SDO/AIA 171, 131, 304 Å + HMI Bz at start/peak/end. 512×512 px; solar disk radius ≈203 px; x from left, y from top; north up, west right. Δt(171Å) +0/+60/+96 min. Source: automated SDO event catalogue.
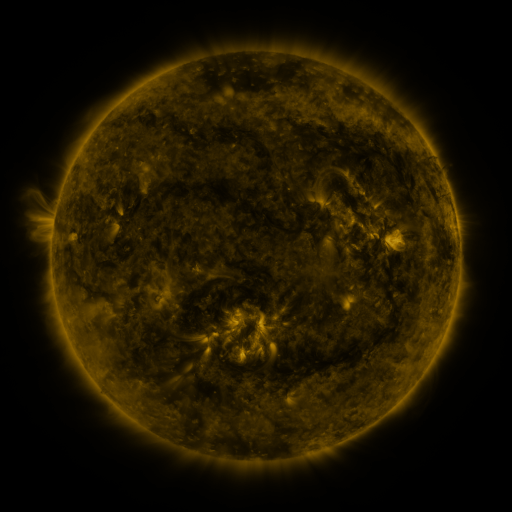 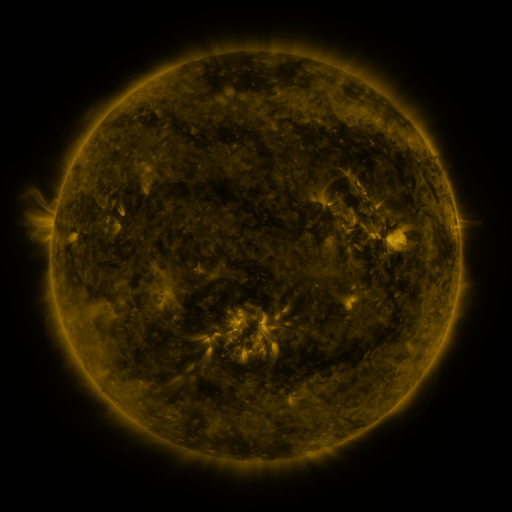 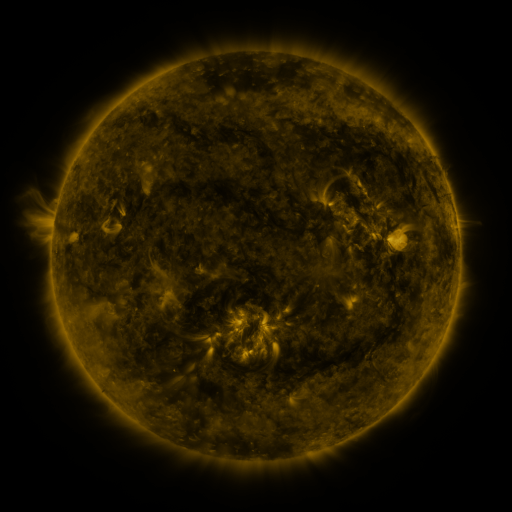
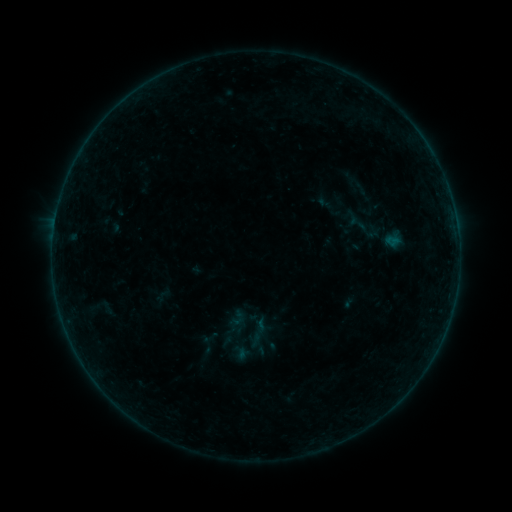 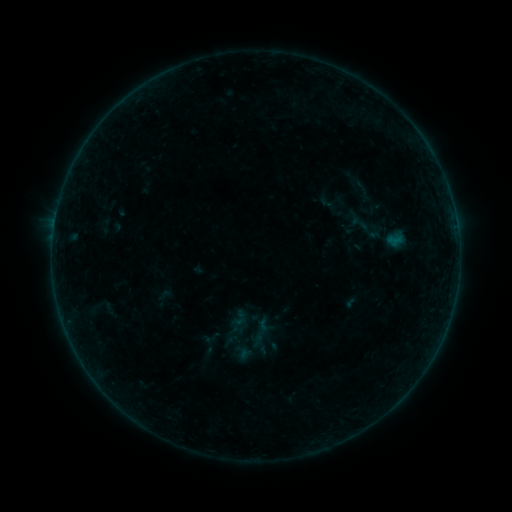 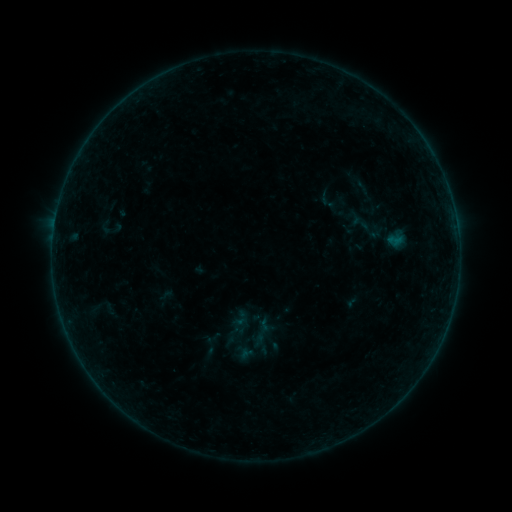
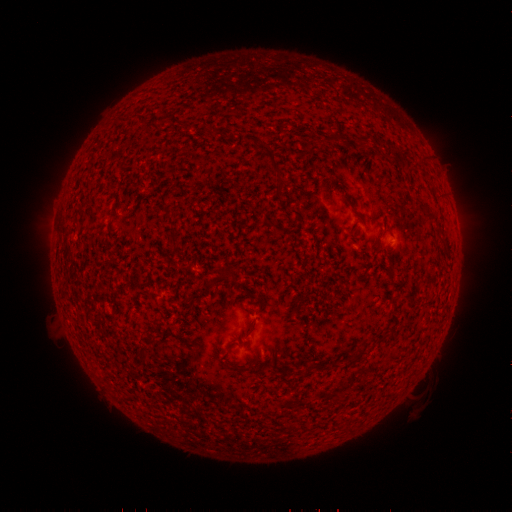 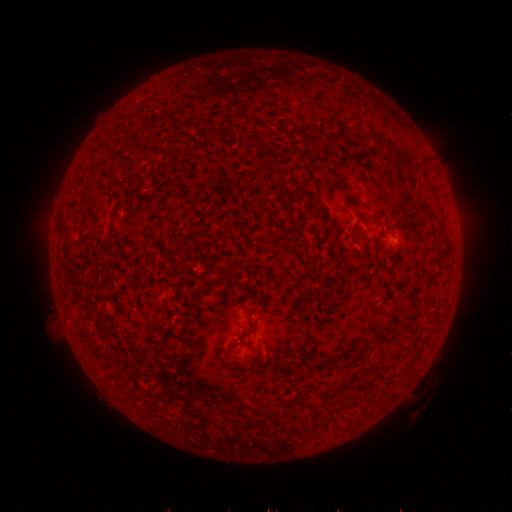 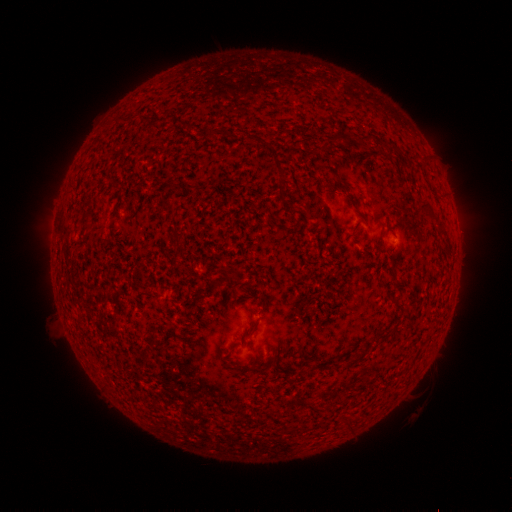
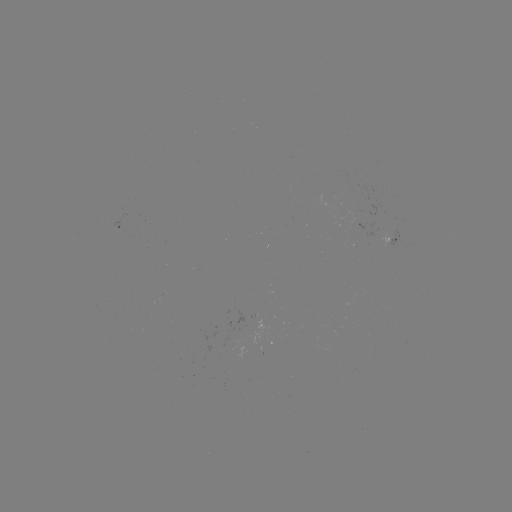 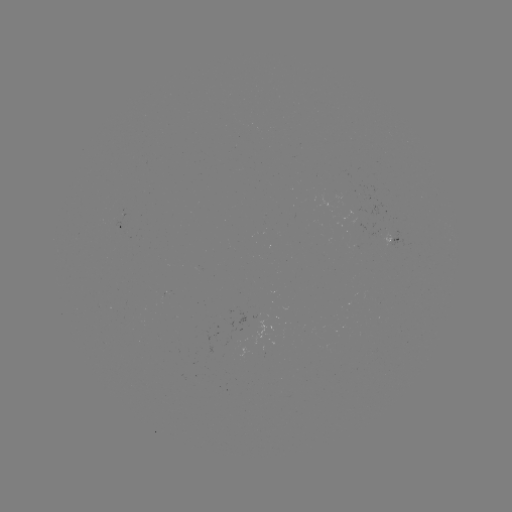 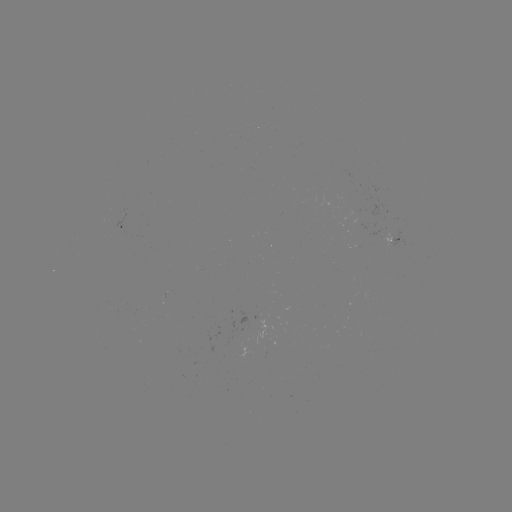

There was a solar emerging-flux region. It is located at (121, 218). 